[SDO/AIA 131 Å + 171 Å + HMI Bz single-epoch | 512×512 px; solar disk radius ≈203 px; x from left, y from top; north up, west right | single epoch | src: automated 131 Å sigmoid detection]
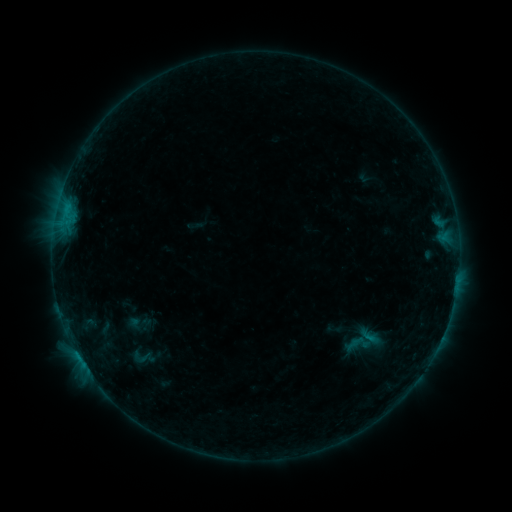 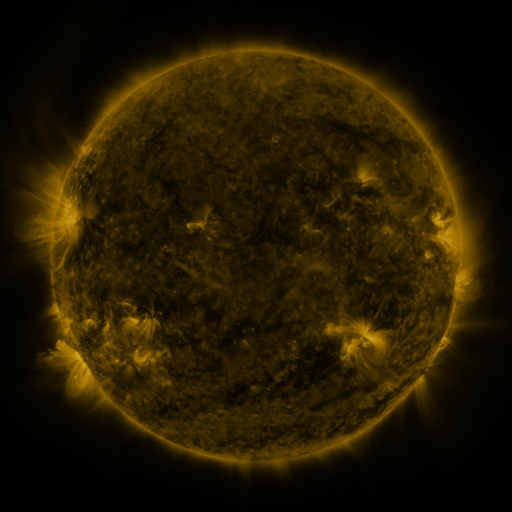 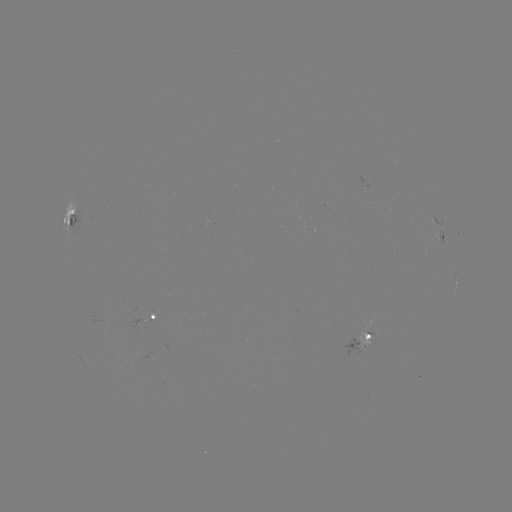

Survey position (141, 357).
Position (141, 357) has sigmoid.